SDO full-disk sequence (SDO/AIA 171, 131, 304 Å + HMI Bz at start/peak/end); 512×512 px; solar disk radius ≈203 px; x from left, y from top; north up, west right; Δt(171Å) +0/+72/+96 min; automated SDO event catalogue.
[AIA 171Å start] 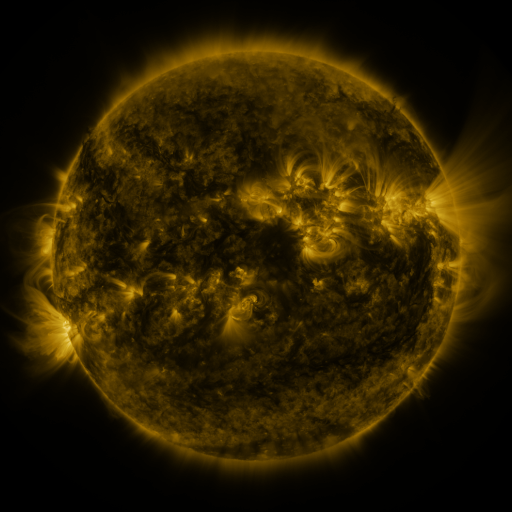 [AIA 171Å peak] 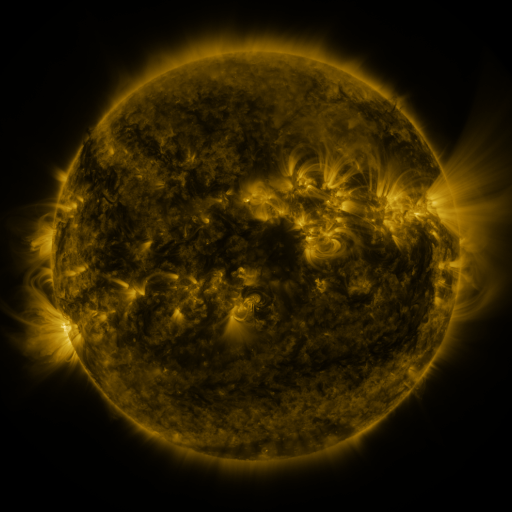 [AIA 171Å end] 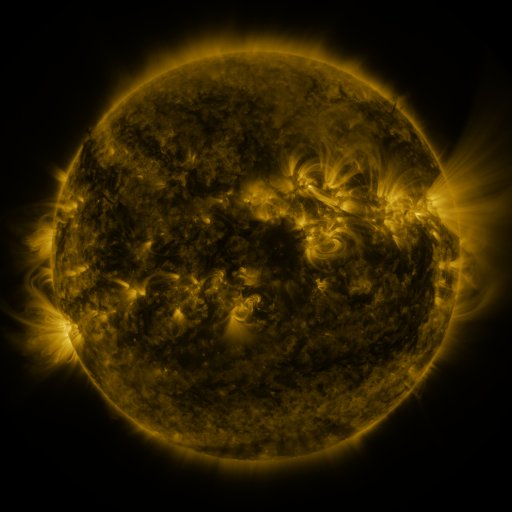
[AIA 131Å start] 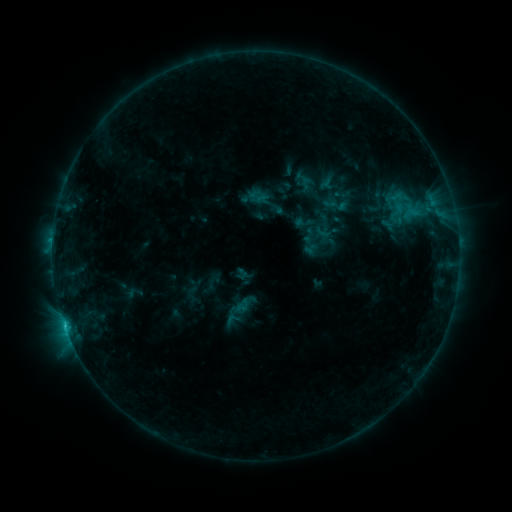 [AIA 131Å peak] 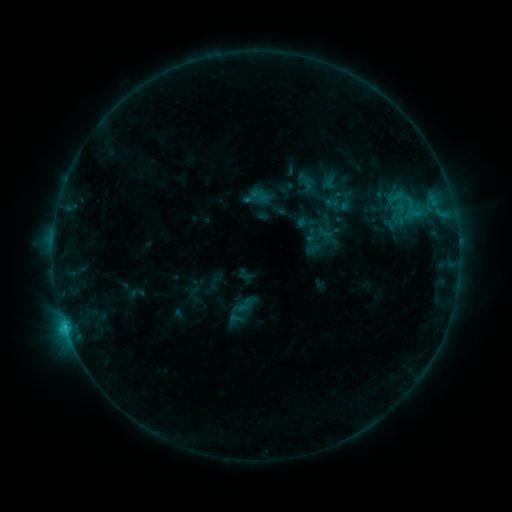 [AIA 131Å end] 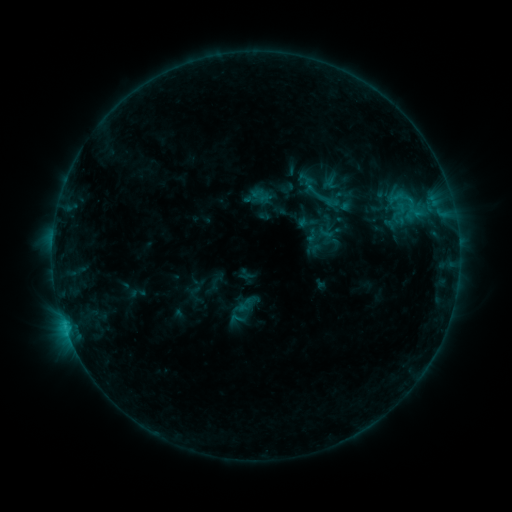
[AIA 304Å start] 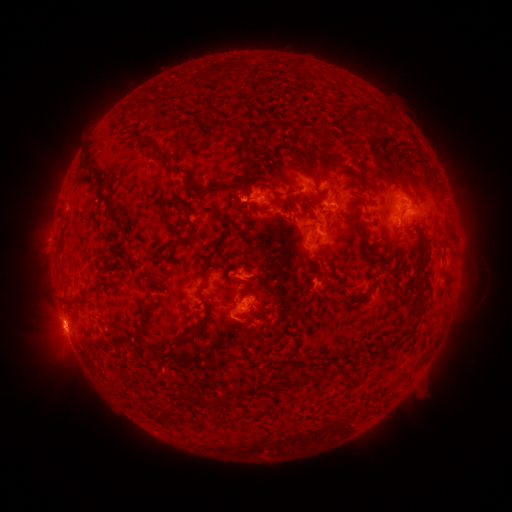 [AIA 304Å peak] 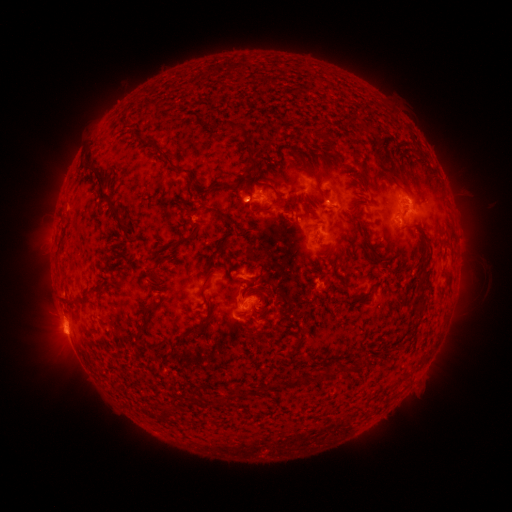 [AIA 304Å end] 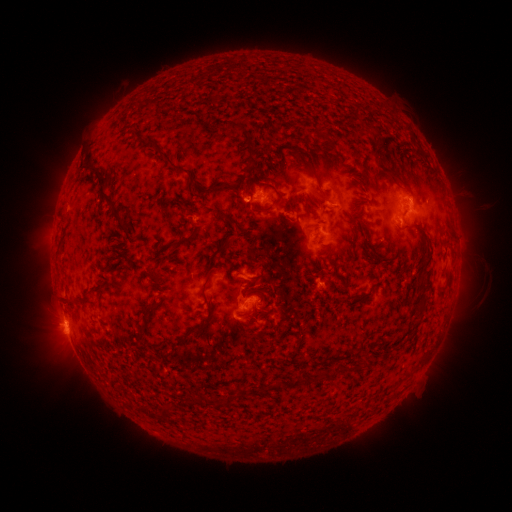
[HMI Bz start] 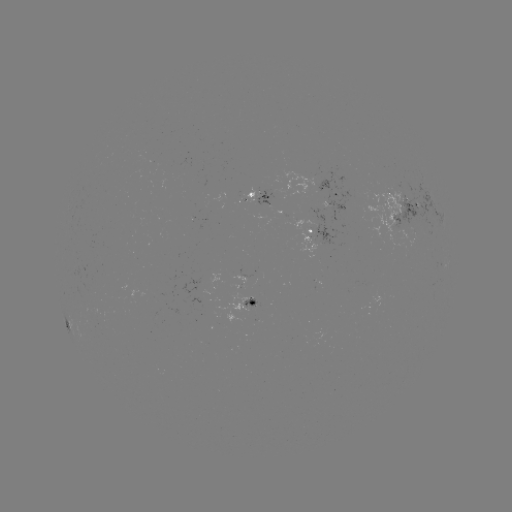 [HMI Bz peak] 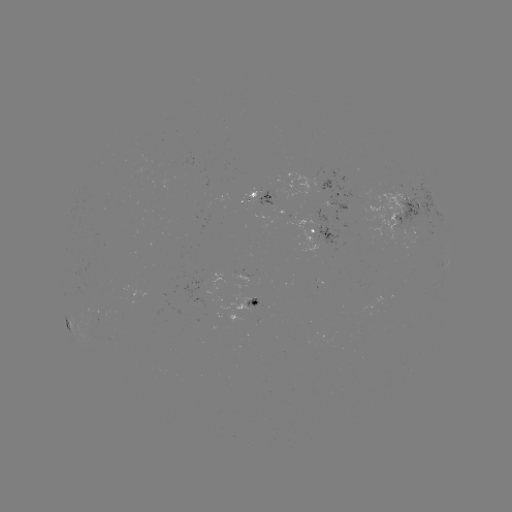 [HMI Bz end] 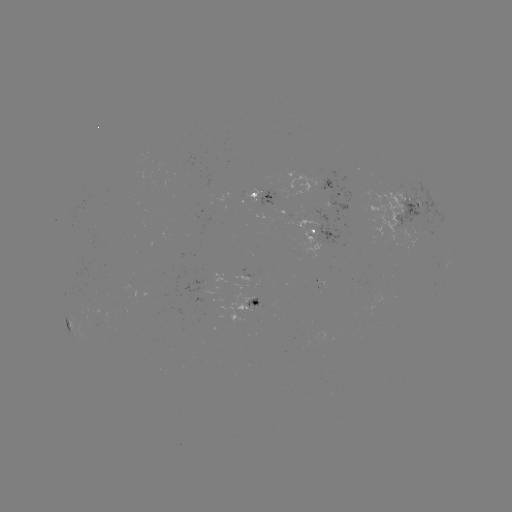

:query emerging-flux region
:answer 319,226